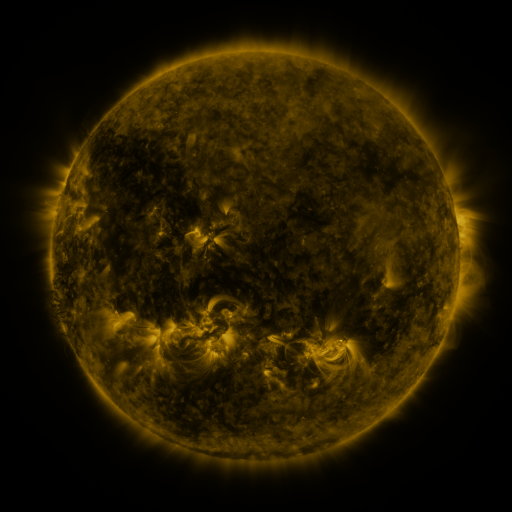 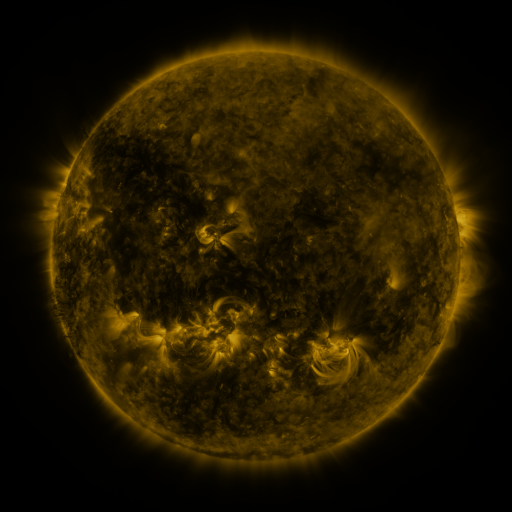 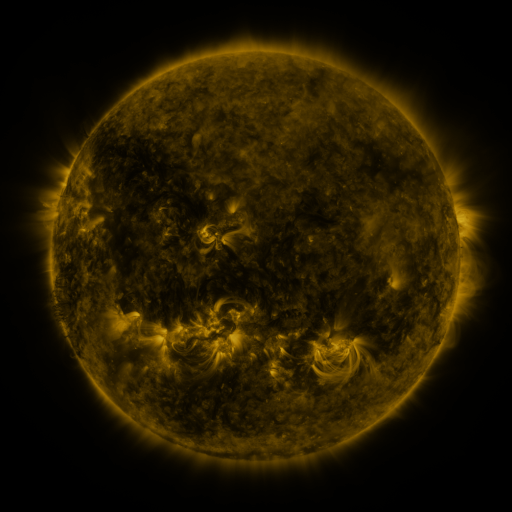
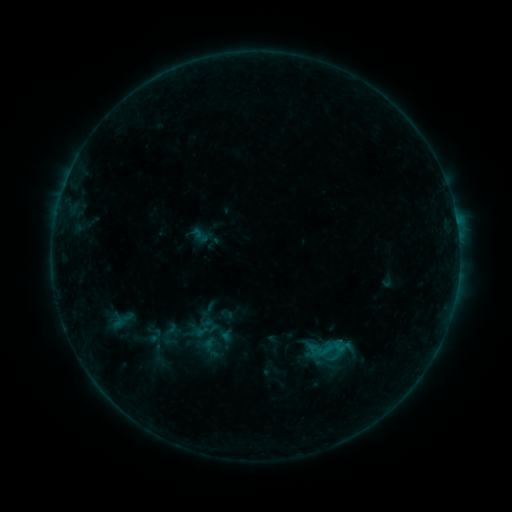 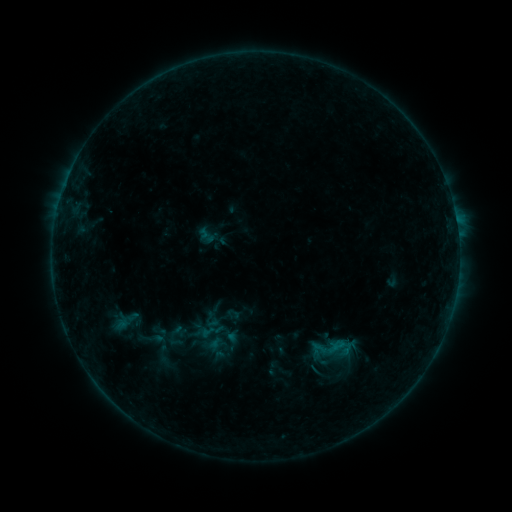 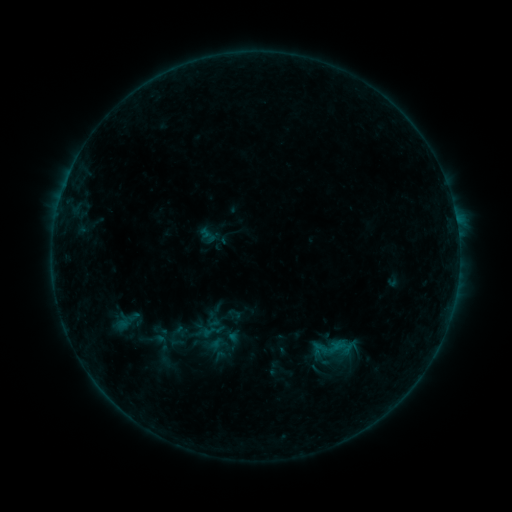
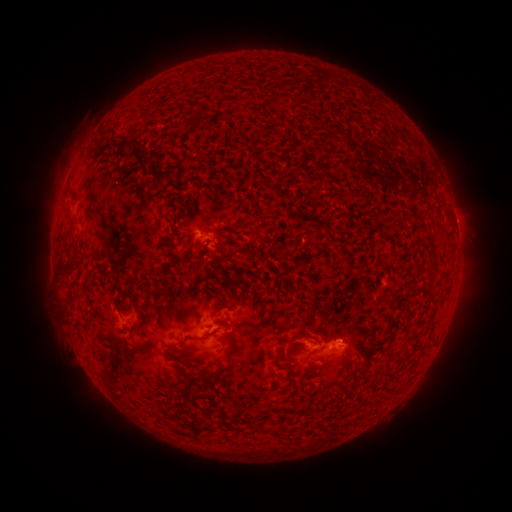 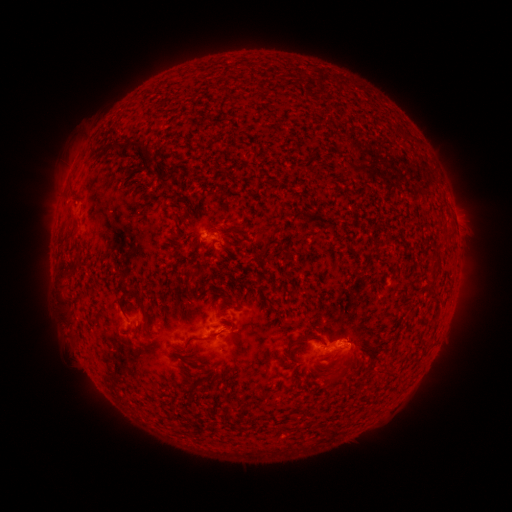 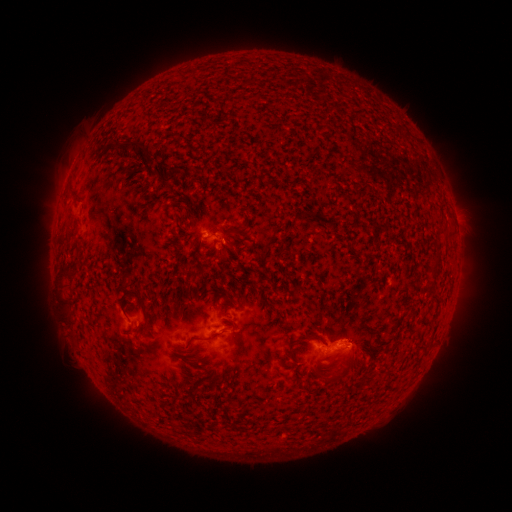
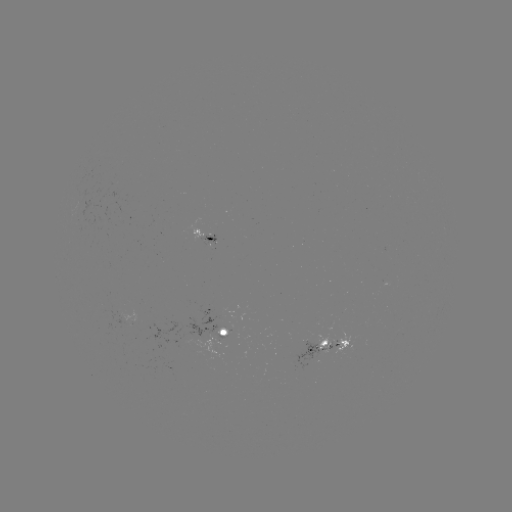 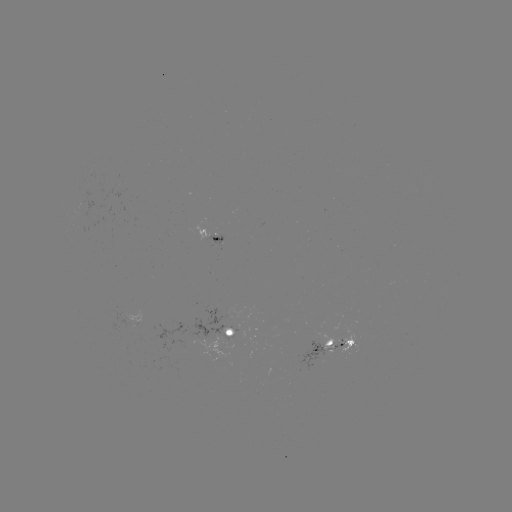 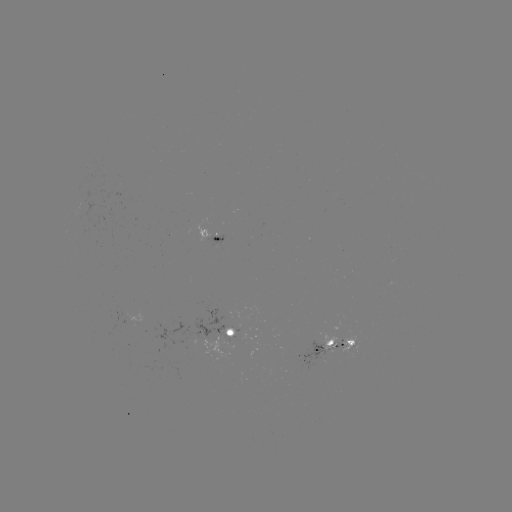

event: emerging-flux region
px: (322, 352)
